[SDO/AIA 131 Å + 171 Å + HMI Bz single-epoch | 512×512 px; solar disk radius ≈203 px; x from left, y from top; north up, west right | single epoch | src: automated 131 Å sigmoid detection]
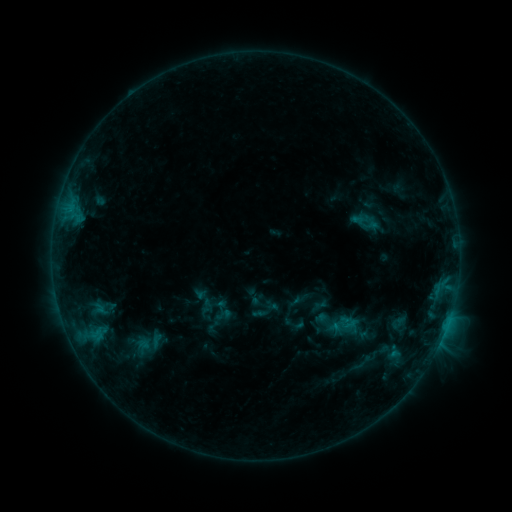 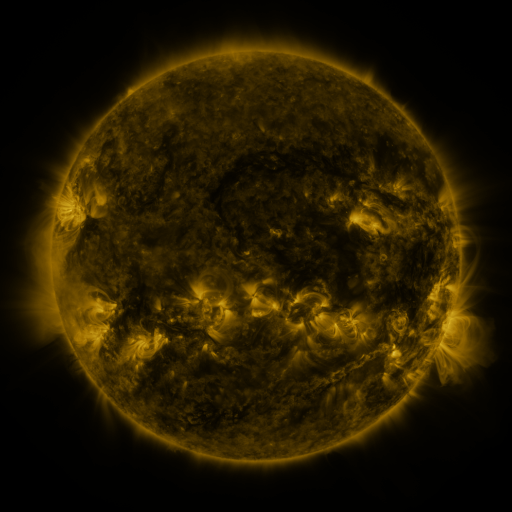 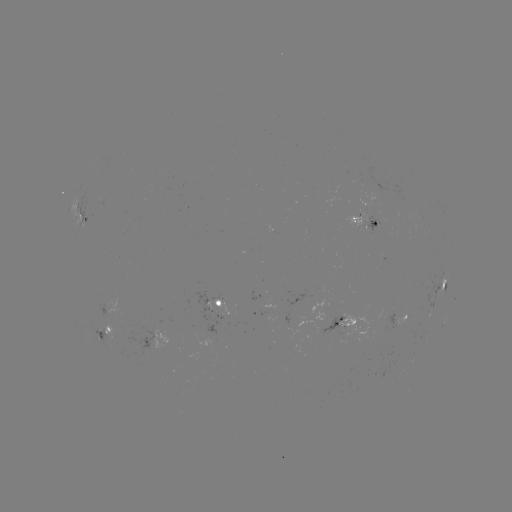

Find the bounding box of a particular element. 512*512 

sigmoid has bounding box [328, 309, 360, 342].